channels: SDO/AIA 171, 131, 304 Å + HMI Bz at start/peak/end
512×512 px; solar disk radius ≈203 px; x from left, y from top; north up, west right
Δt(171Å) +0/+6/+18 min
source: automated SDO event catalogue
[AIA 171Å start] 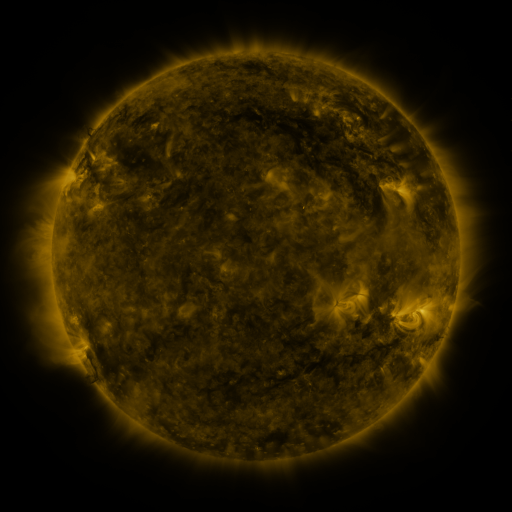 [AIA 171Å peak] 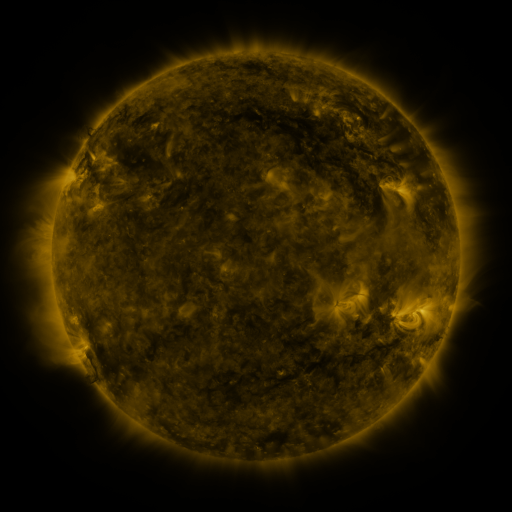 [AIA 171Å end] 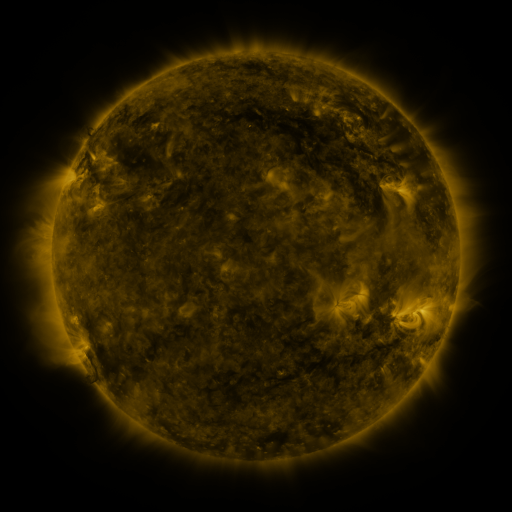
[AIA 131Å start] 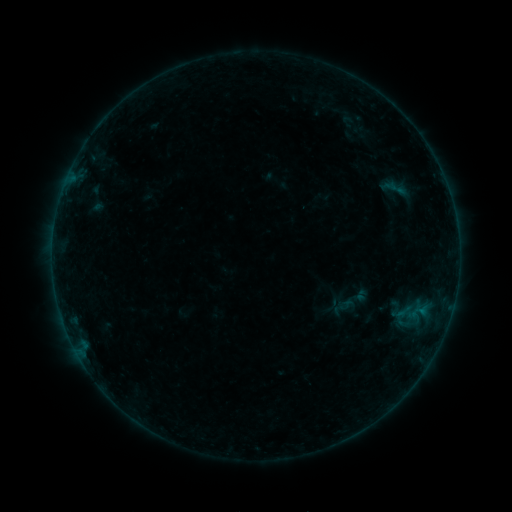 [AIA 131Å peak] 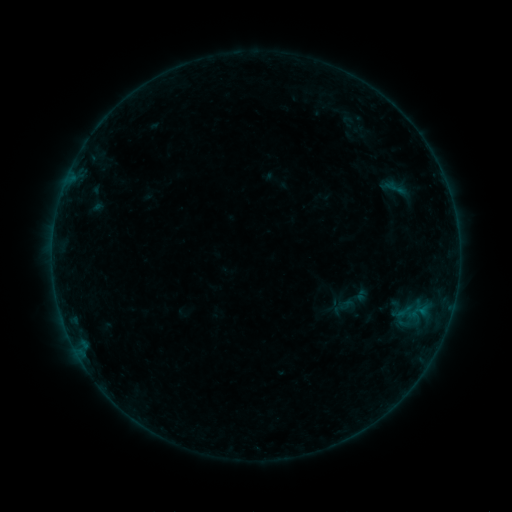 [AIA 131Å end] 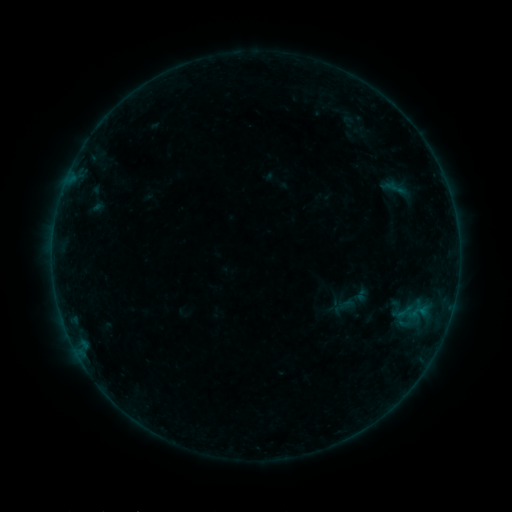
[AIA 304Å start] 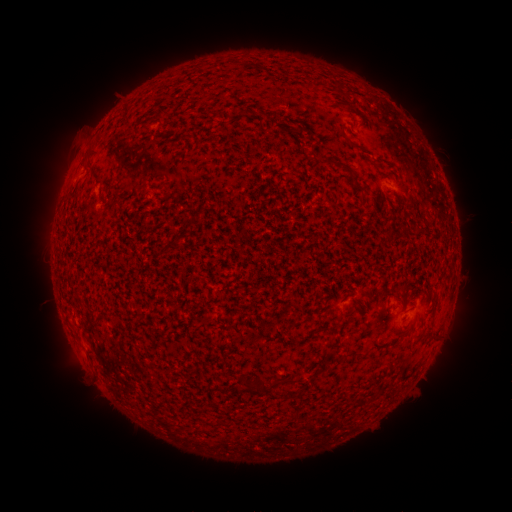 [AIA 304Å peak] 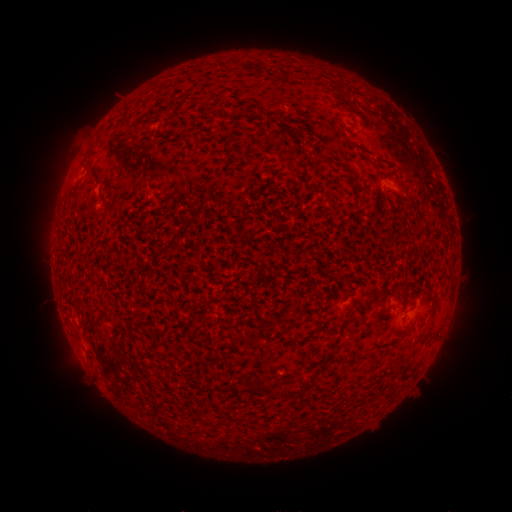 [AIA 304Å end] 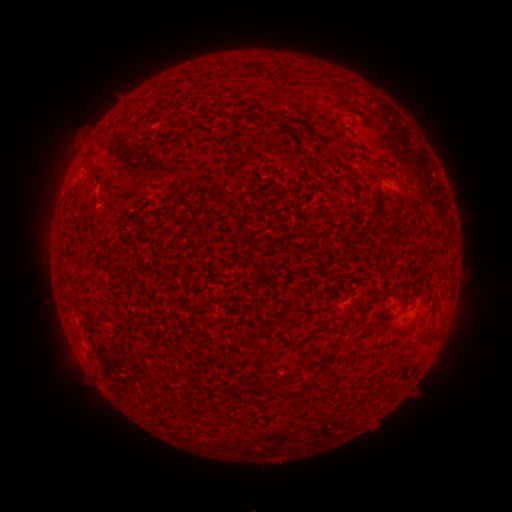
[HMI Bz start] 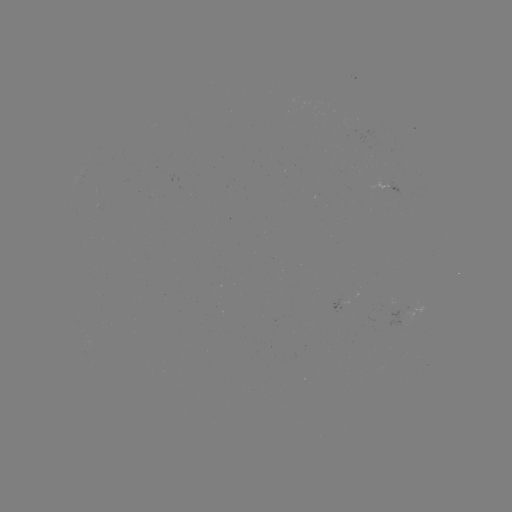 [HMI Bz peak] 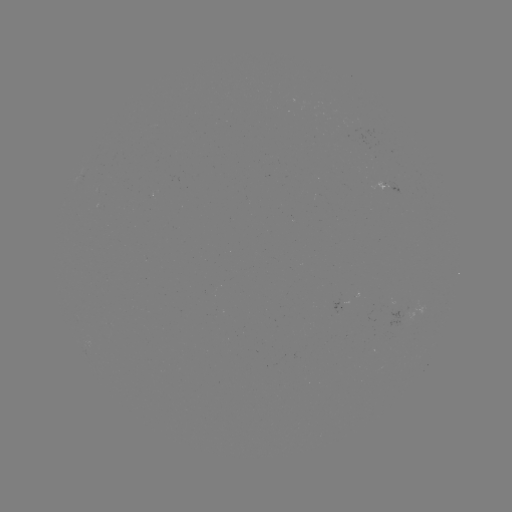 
nothing was catalogued: no classed flare, no EUV trigger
